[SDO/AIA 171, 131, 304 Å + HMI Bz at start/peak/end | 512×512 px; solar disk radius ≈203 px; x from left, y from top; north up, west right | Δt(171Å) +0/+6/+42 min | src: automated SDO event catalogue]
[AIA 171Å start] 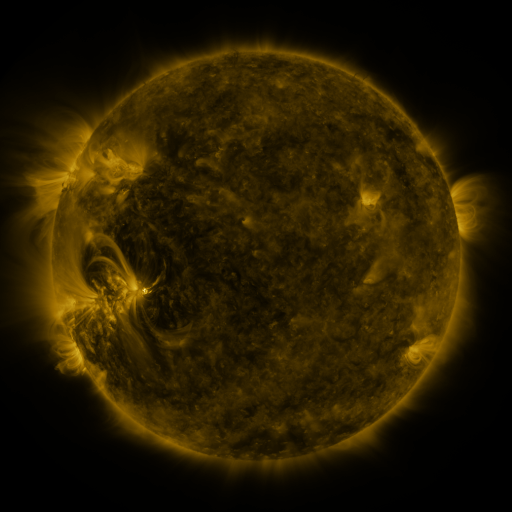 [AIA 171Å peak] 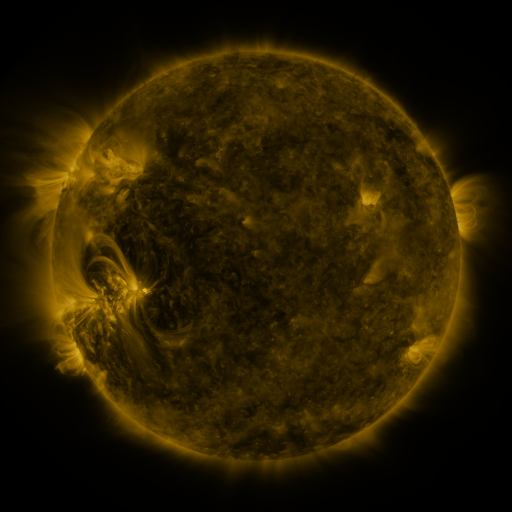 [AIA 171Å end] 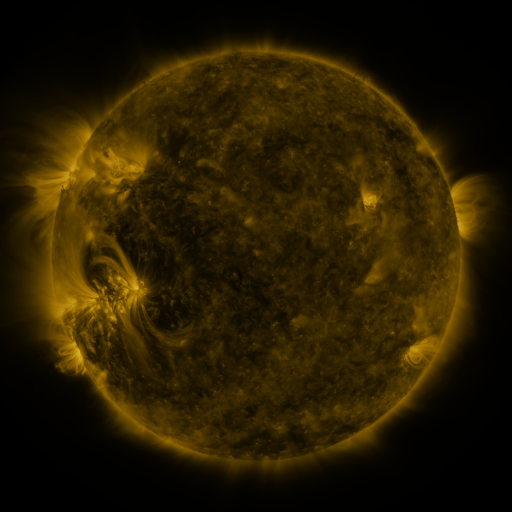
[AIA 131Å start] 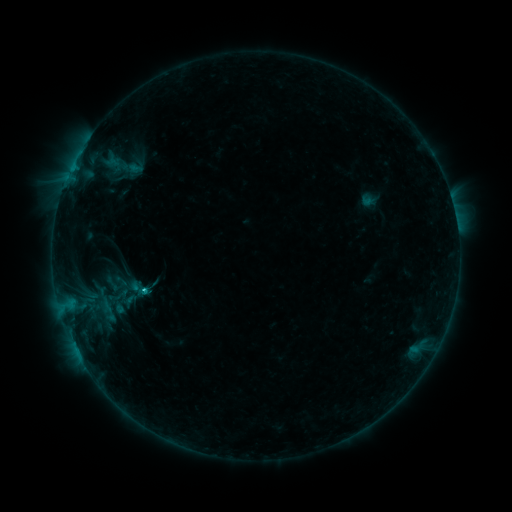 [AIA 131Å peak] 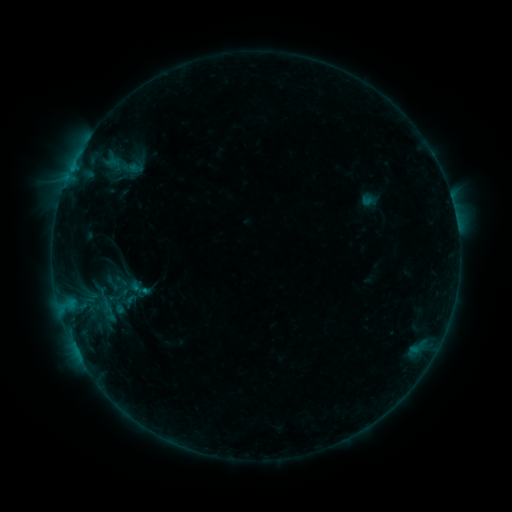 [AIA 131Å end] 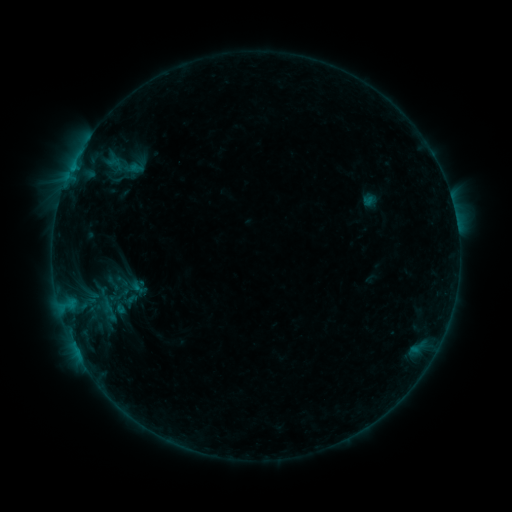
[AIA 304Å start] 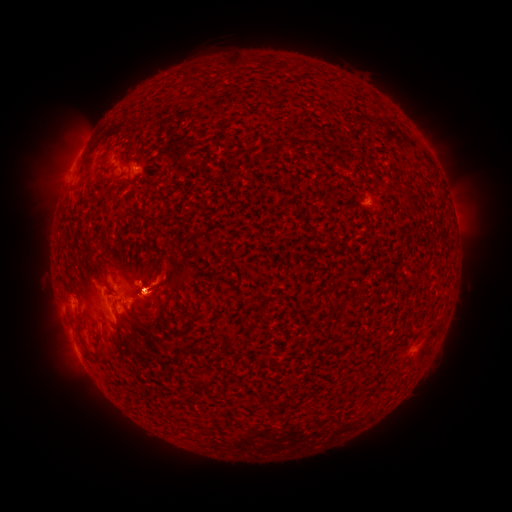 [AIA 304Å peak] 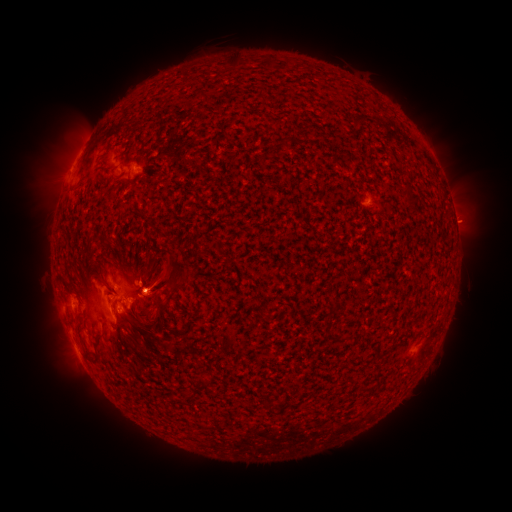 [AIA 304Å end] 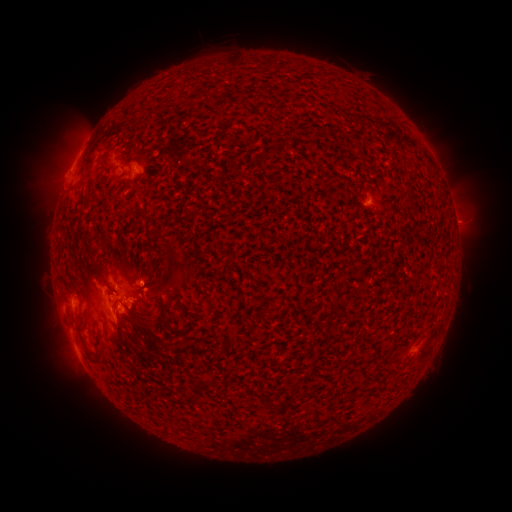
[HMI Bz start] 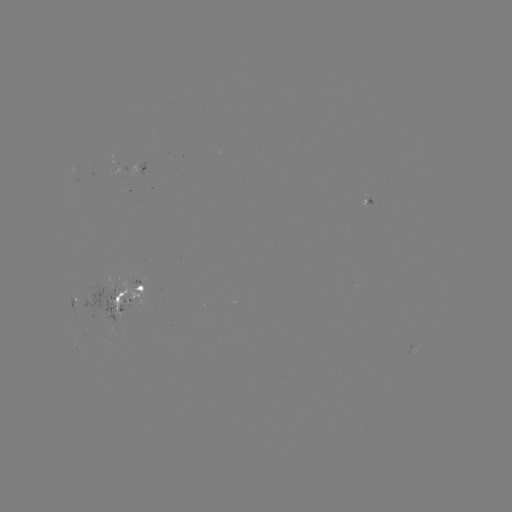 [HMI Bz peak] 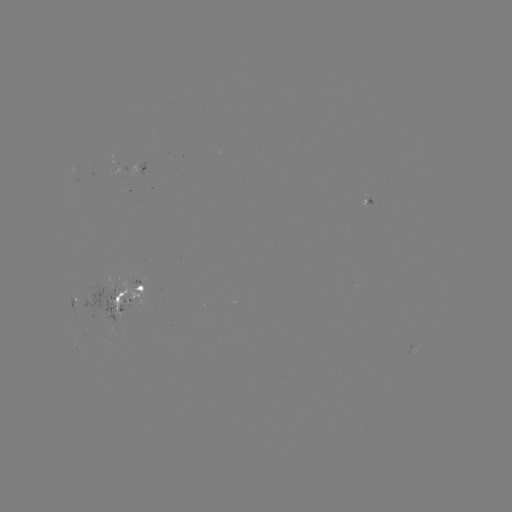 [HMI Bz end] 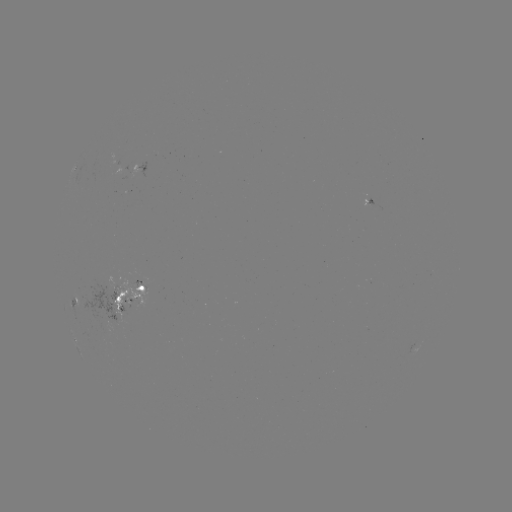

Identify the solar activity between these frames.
emerging-flux region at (107, 295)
